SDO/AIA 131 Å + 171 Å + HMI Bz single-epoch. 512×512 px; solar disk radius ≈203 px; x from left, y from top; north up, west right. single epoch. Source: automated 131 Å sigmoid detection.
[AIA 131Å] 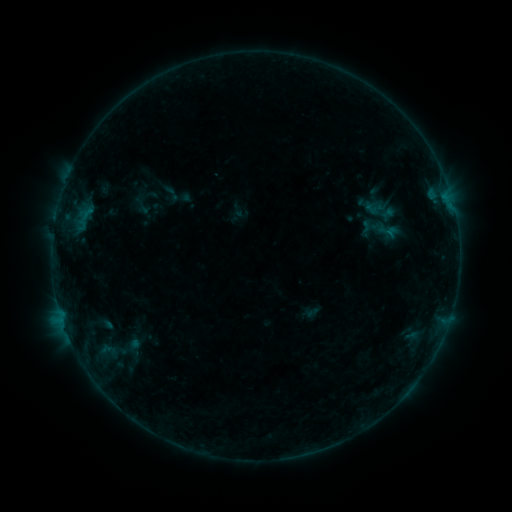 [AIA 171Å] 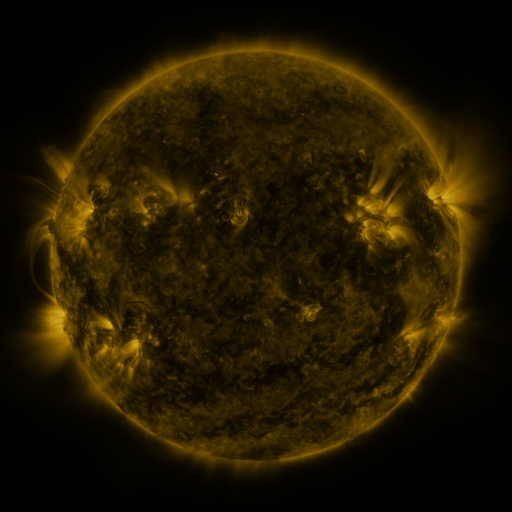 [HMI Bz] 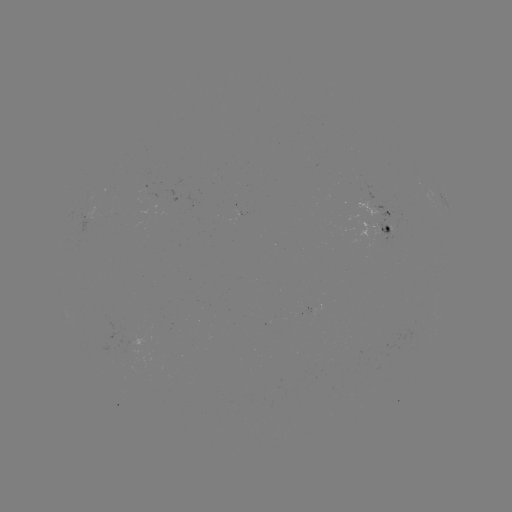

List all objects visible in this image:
sigmoid: (378, 210)
